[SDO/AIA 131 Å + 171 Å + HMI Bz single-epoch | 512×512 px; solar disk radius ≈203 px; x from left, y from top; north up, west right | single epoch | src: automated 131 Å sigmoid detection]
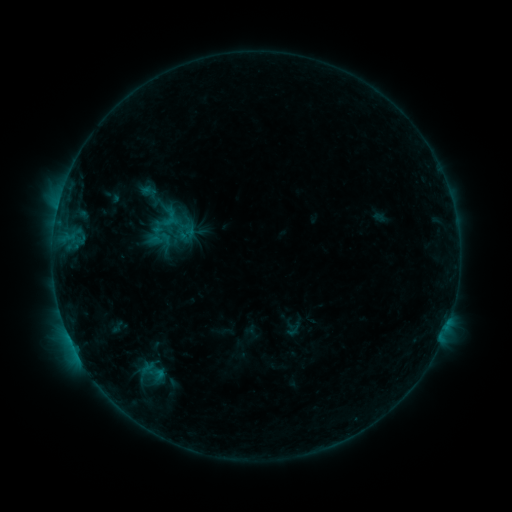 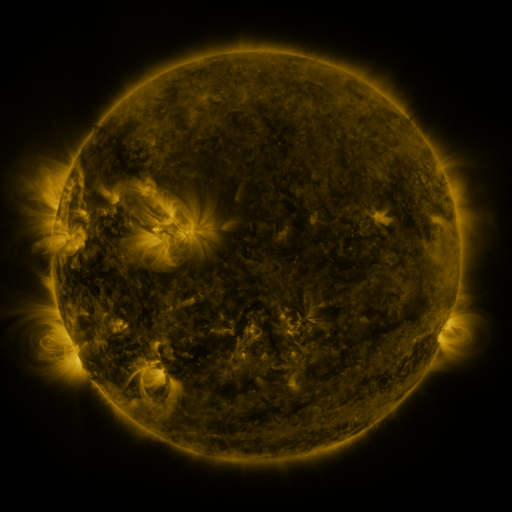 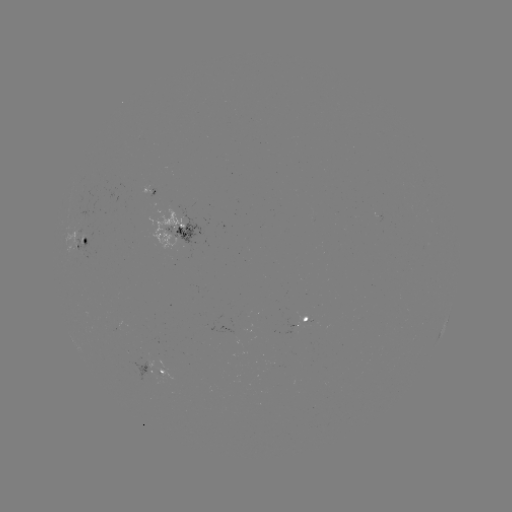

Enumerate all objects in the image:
sigmoid: <bbox>162, 211, 184, 235</bbox>
sigmoid: <bbox>153, 220, 177, 246</bbox>
